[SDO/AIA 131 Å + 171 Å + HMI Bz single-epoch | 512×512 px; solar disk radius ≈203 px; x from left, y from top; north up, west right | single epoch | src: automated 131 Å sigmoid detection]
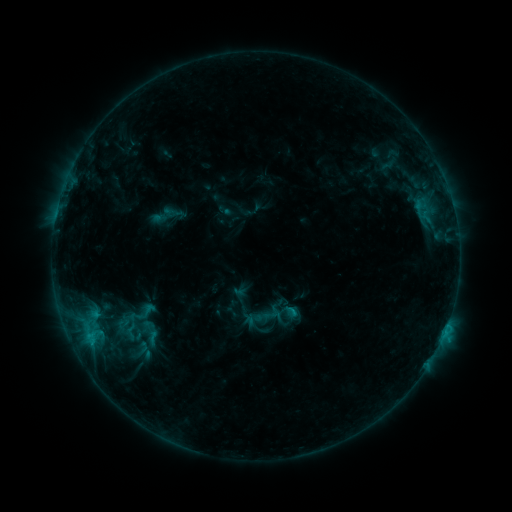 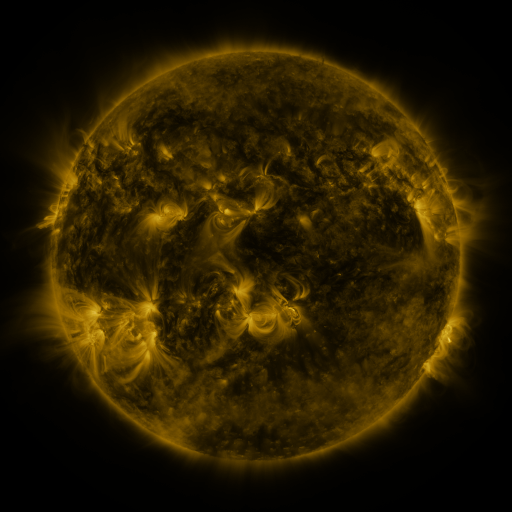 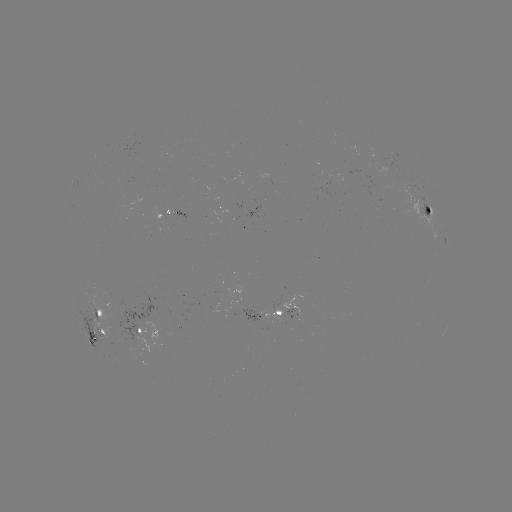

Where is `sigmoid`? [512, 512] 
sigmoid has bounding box [139, 329, 166, 346].